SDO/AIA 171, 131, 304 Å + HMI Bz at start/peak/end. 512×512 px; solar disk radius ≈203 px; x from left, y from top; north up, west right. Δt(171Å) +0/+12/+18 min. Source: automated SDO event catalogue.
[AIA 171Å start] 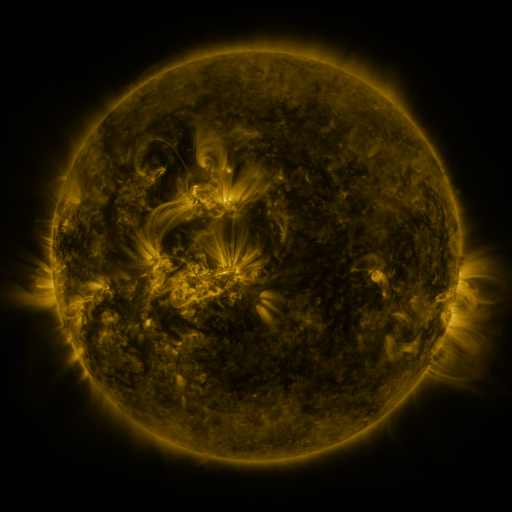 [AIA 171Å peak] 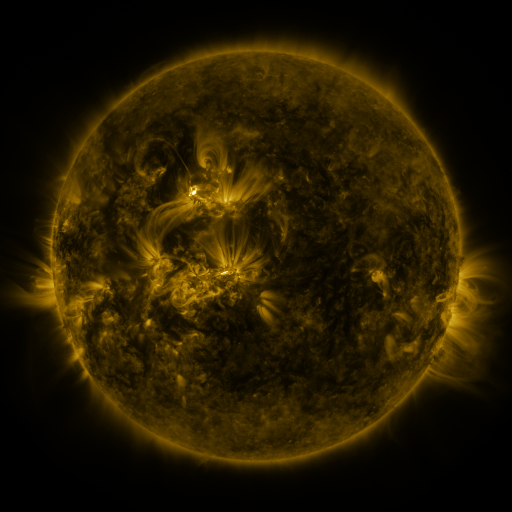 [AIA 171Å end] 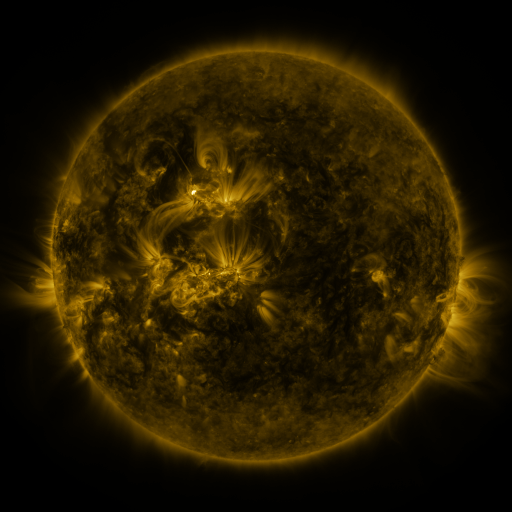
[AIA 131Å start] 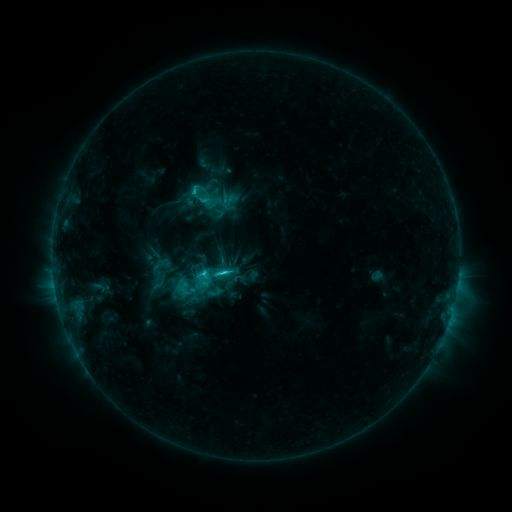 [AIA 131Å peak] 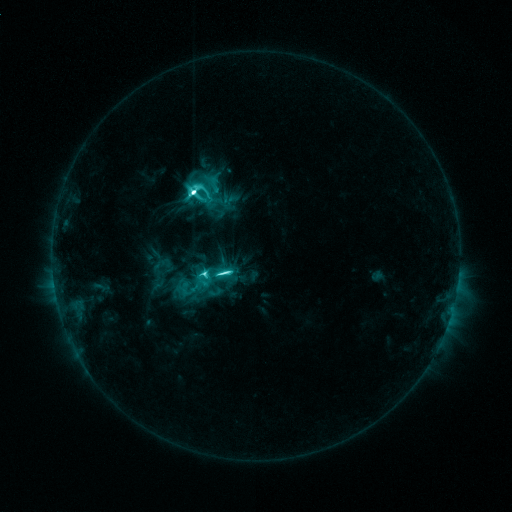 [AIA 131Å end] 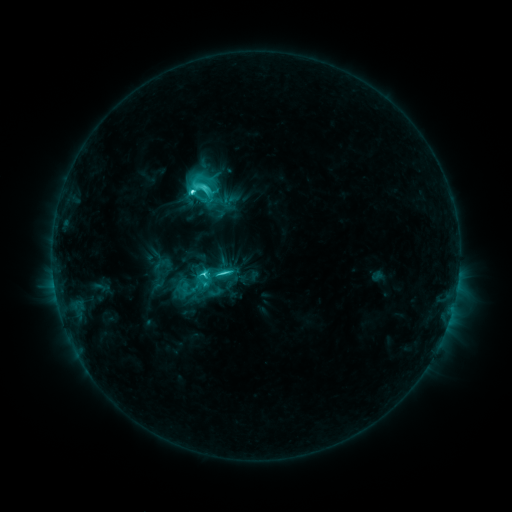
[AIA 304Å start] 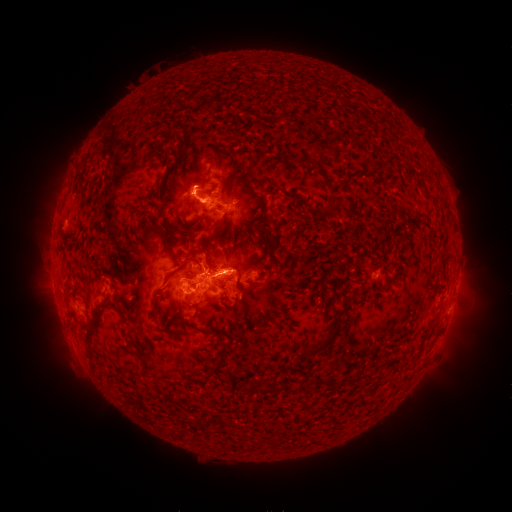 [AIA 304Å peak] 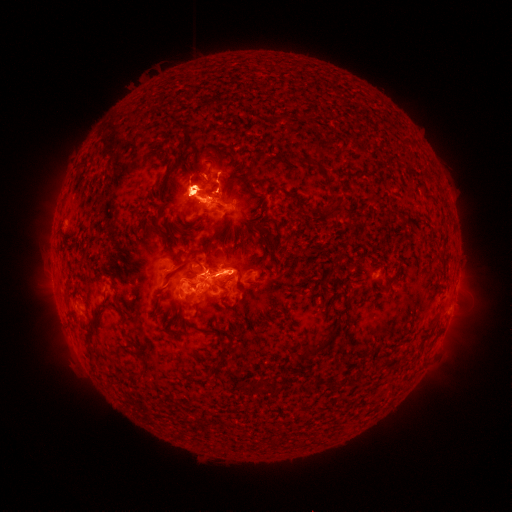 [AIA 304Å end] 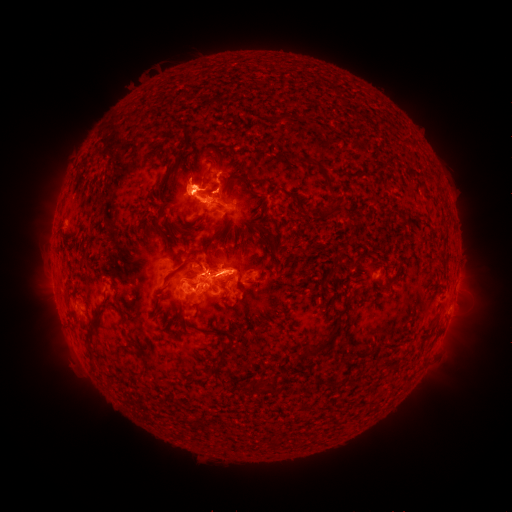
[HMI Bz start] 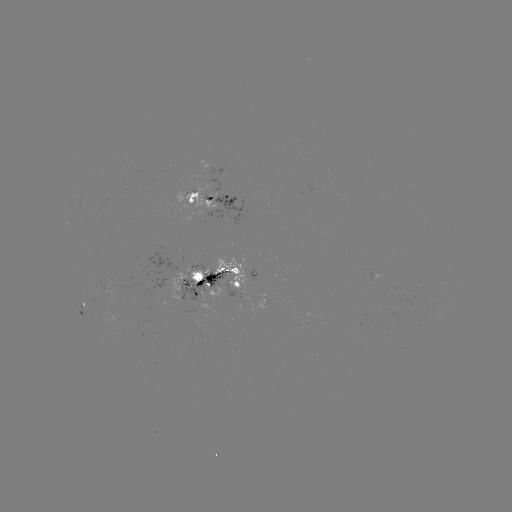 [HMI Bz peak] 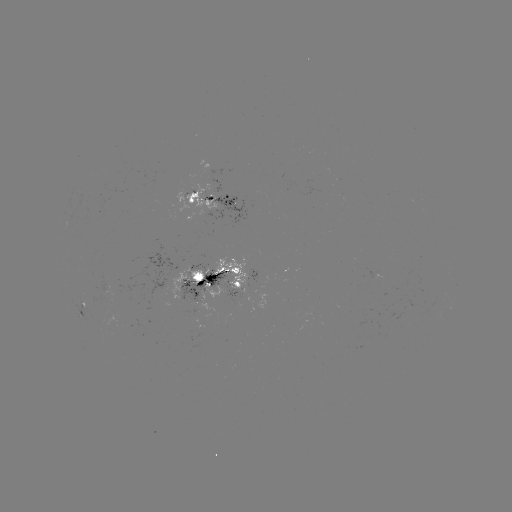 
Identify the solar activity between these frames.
M2.6 flare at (194, 193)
